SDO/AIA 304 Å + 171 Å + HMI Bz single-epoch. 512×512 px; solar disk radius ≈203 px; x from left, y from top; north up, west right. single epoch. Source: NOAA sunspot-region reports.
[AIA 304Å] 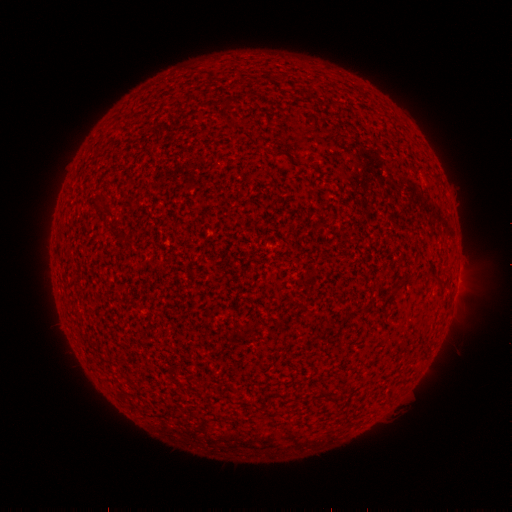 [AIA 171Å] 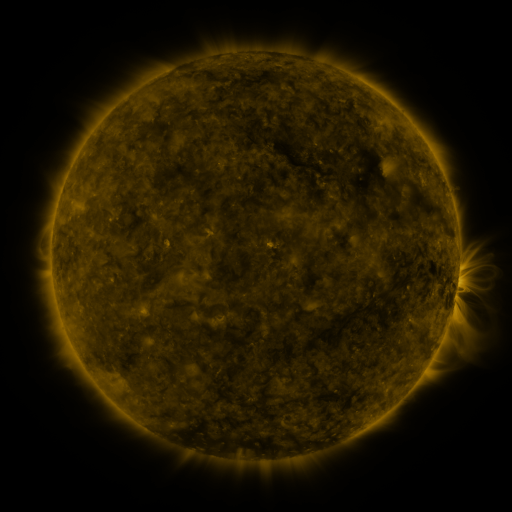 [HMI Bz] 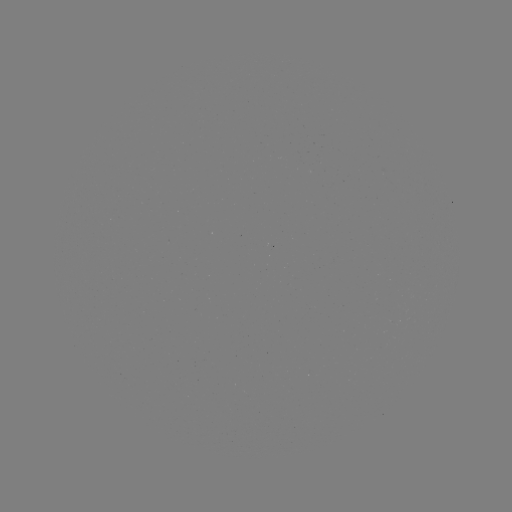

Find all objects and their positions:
(none)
